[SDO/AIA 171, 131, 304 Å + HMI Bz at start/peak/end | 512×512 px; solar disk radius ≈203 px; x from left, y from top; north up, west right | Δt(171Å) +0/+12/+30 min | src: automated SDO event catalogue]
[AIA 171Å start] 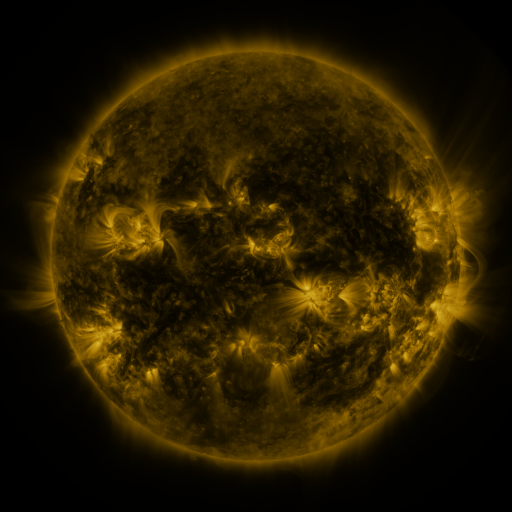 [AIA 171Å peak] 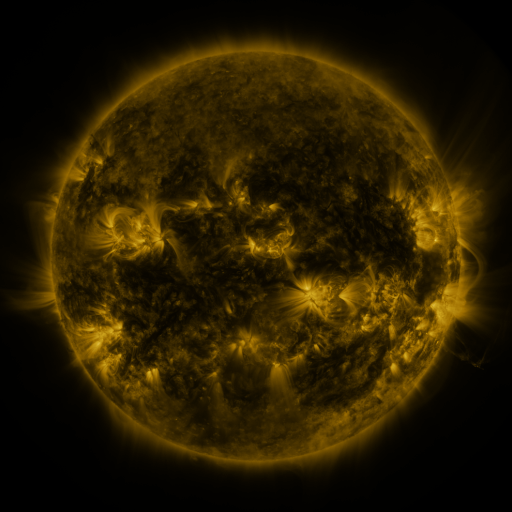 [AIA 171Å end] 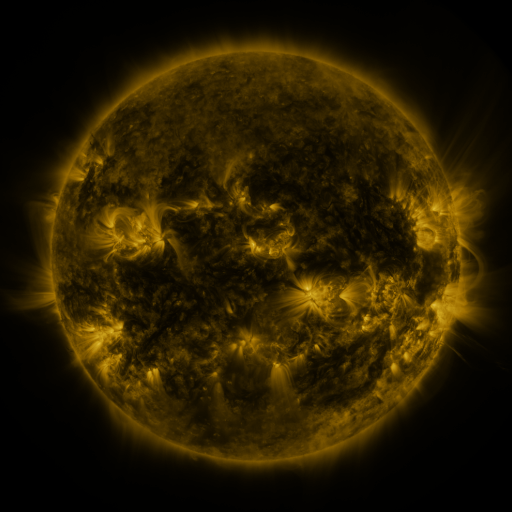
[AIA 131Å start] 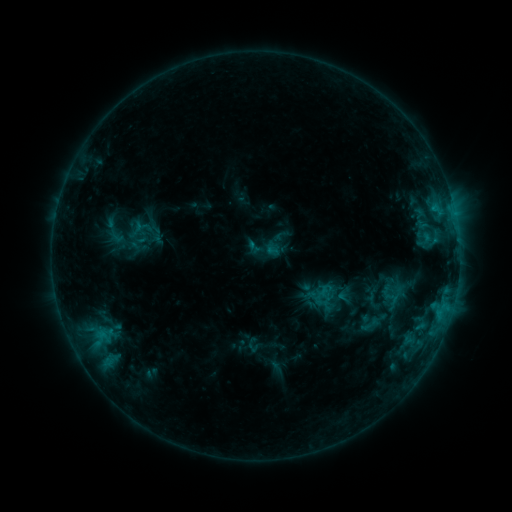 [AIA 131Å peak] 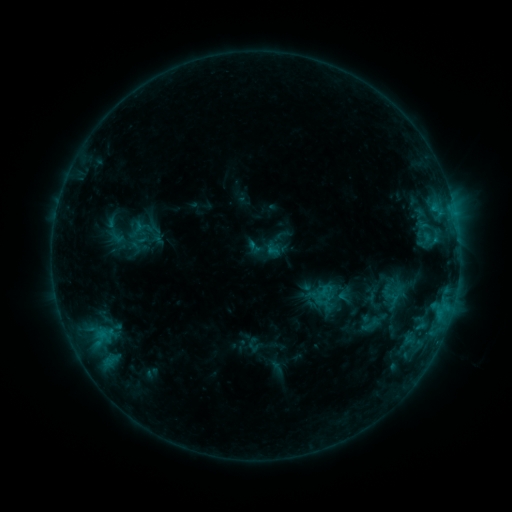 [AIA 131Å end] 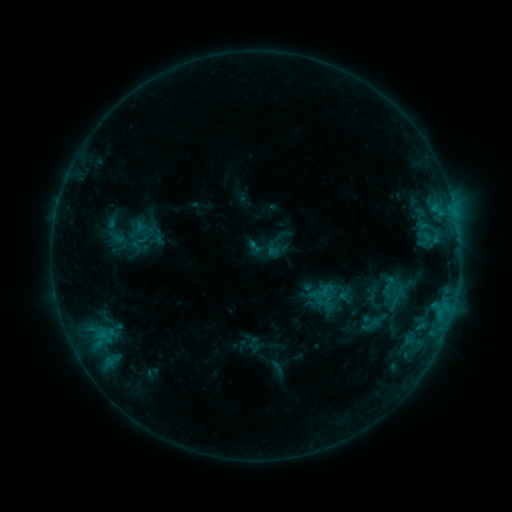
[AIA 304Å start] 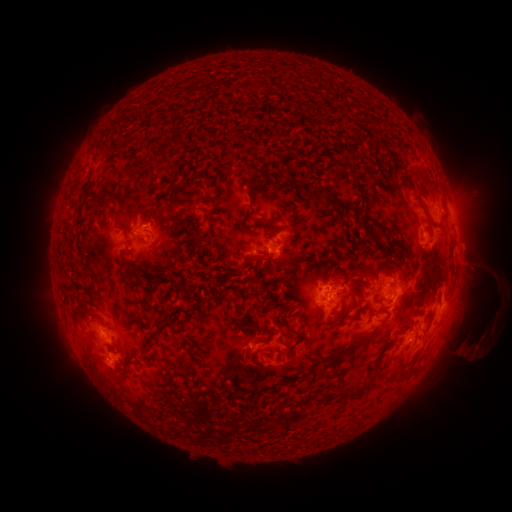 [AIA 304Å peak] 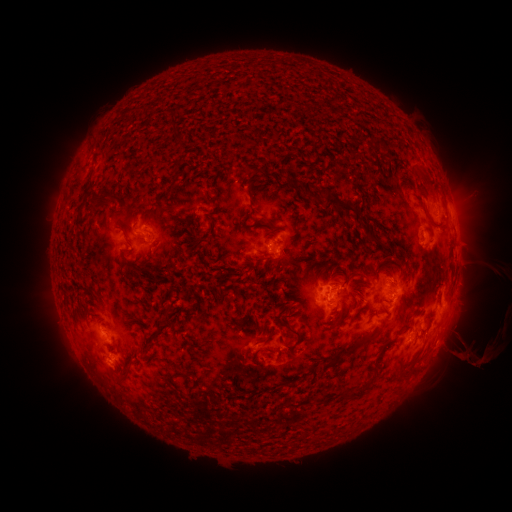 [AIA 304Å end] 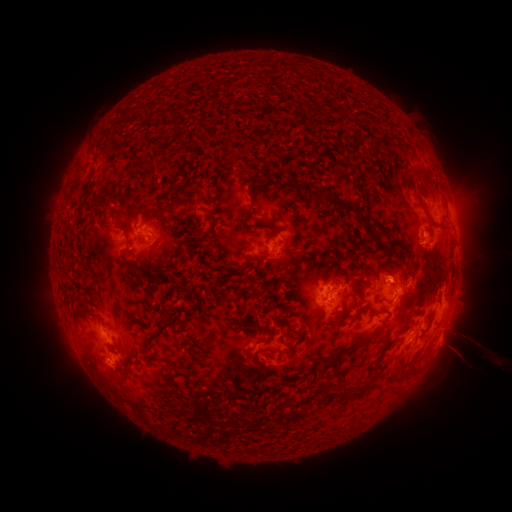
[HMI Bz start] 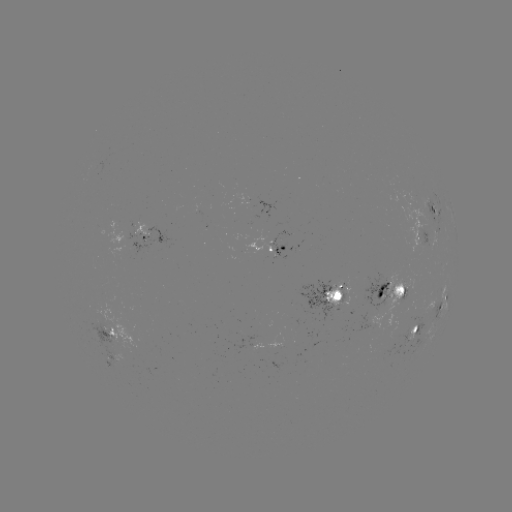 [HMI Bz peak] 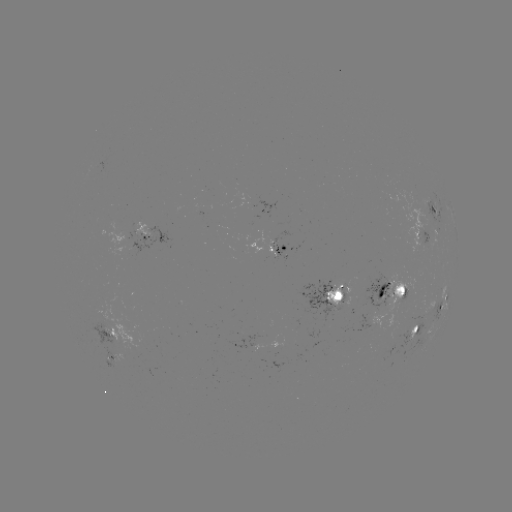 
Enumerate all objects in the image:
eruption: (477, 347)
